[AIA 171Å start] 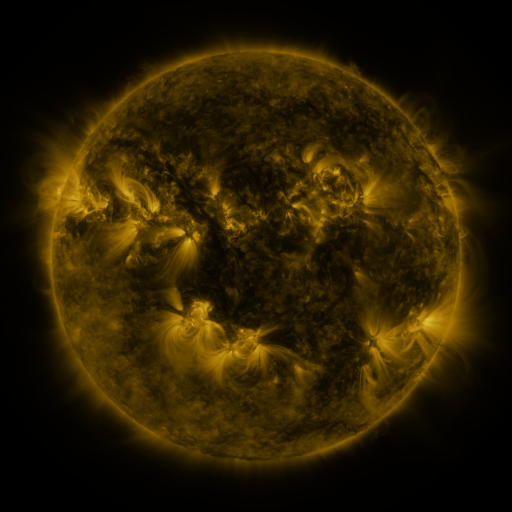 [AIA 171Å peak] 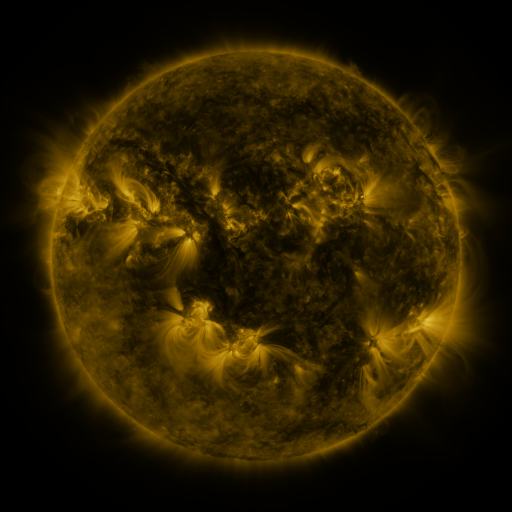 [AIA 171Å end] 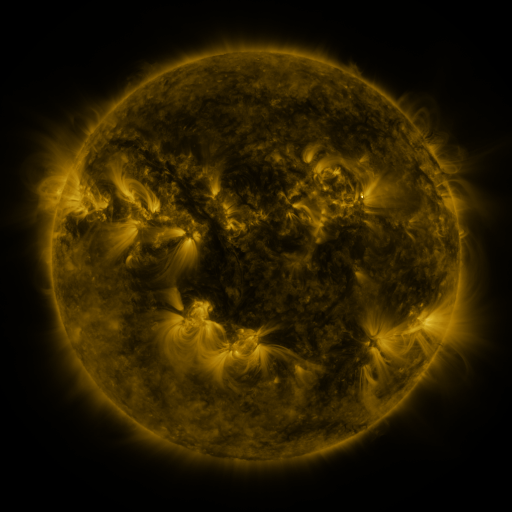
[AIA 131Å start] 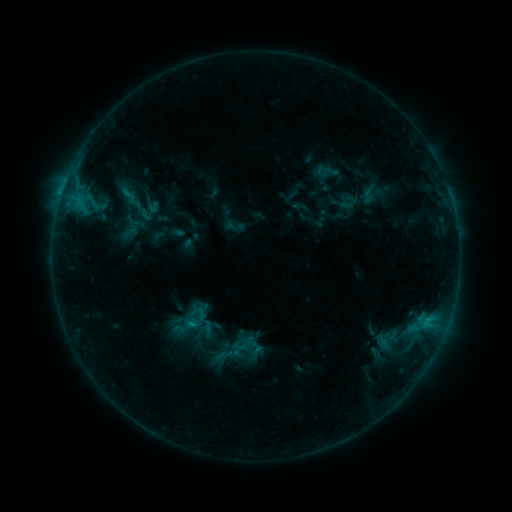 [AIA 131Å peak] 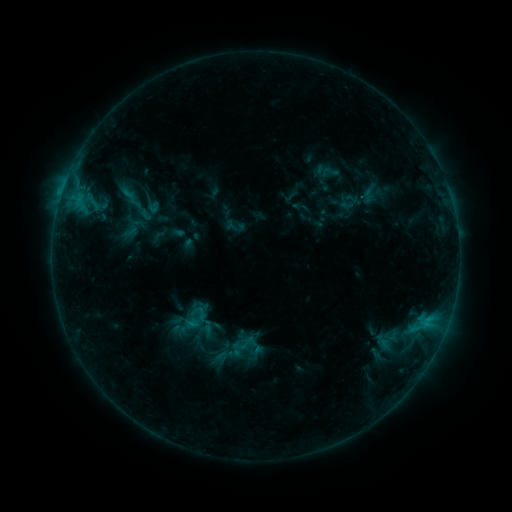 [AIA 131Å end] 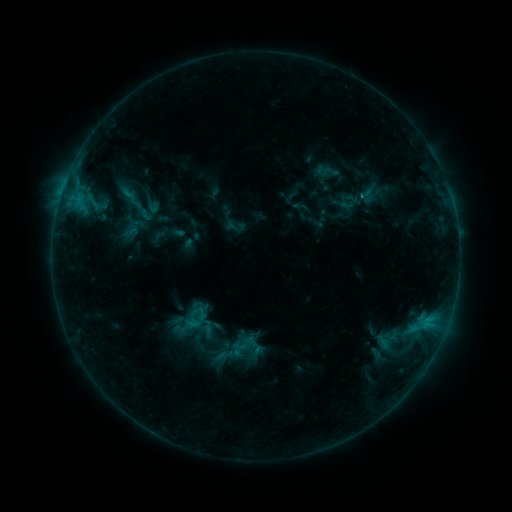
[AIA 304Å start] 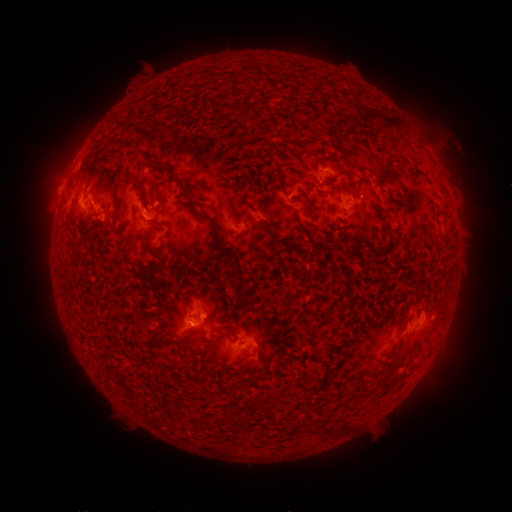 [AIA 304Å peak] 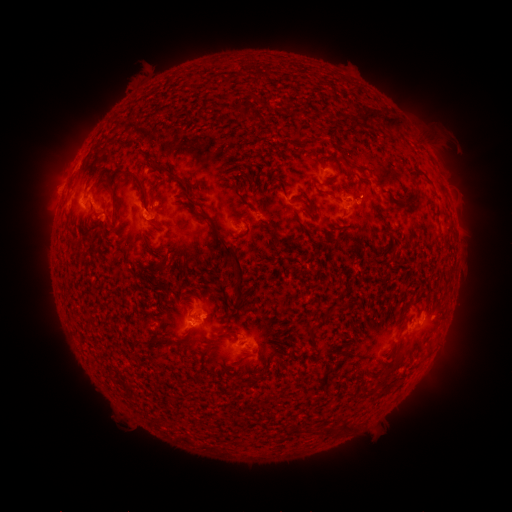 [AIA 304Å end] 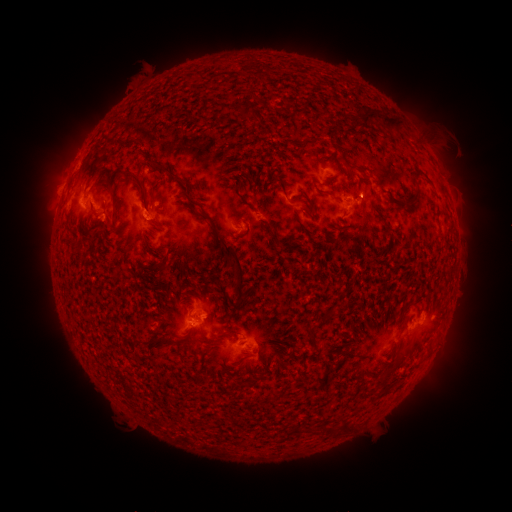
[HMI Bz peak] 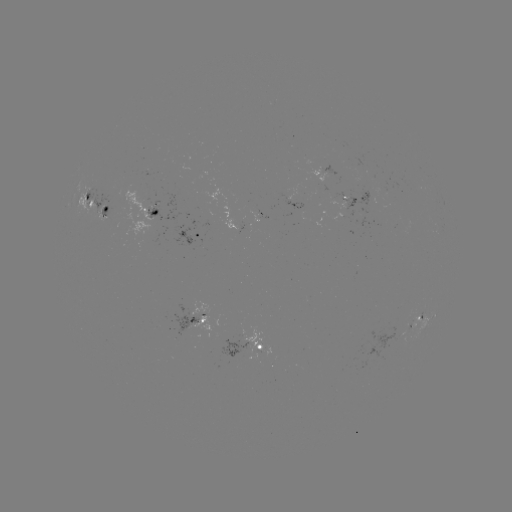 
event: flare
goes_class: B7.3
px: (412, 329)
